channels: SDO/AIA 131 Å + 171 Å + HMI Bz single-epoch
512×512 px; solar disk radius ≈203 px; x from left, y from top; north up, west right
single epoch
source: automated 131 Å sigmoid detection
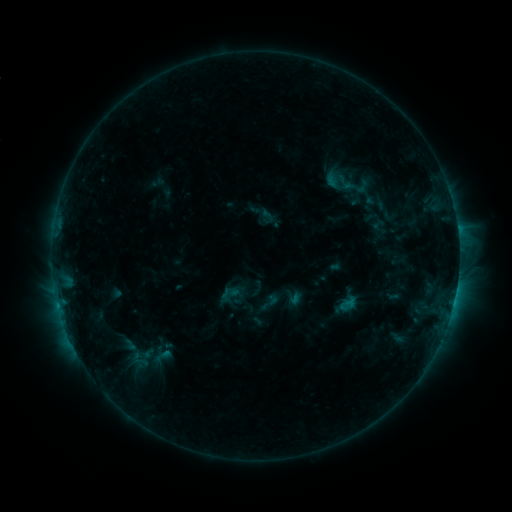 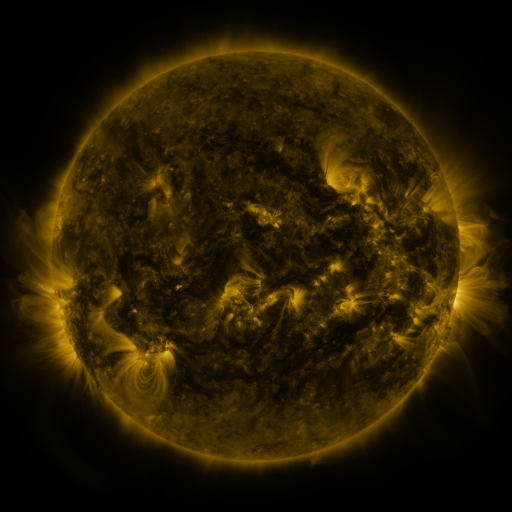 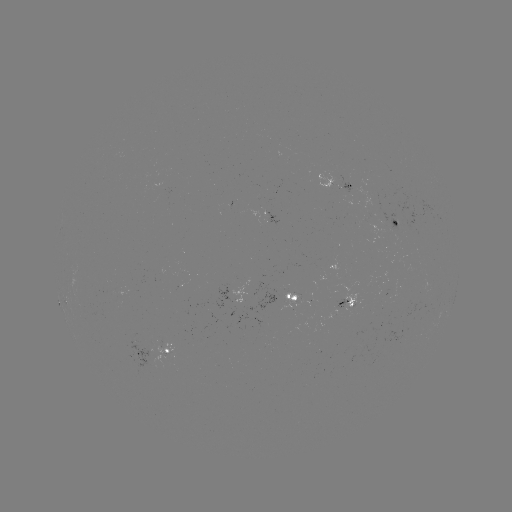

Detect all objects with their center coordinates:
sigmoid: (267, 217)
sigmoid: (269, 302)
